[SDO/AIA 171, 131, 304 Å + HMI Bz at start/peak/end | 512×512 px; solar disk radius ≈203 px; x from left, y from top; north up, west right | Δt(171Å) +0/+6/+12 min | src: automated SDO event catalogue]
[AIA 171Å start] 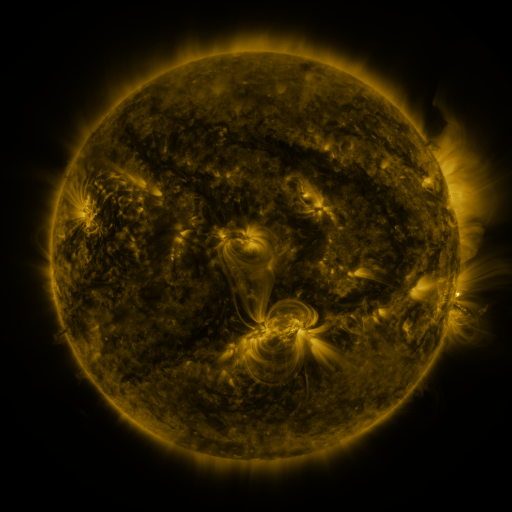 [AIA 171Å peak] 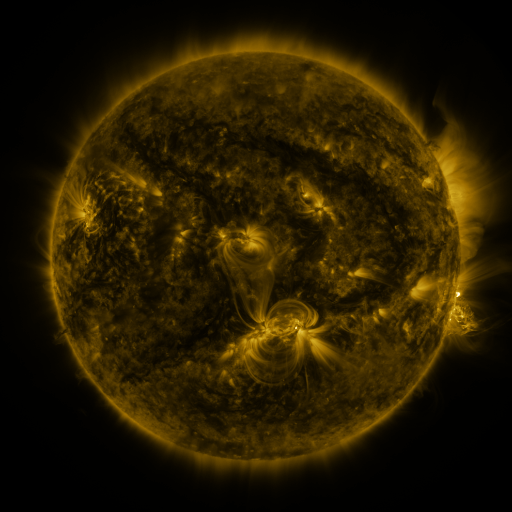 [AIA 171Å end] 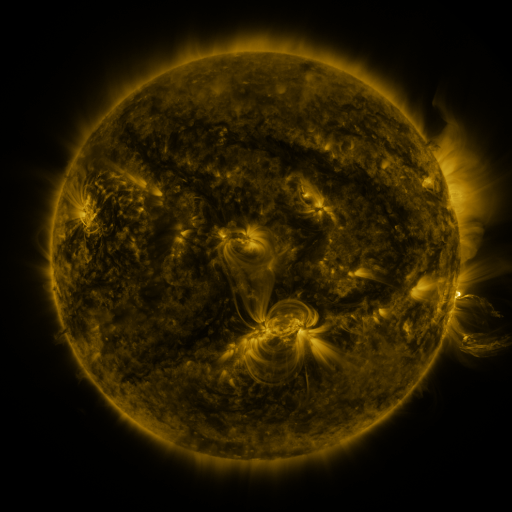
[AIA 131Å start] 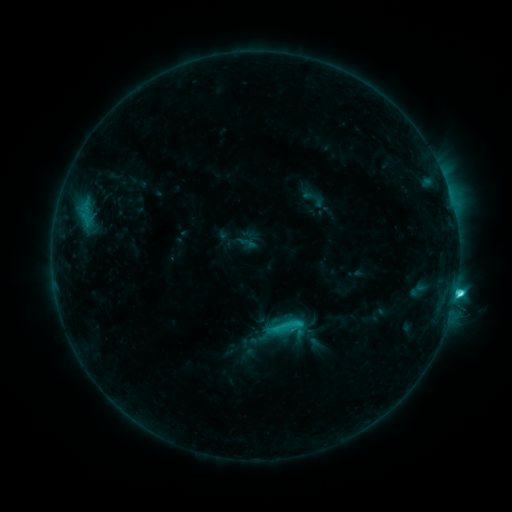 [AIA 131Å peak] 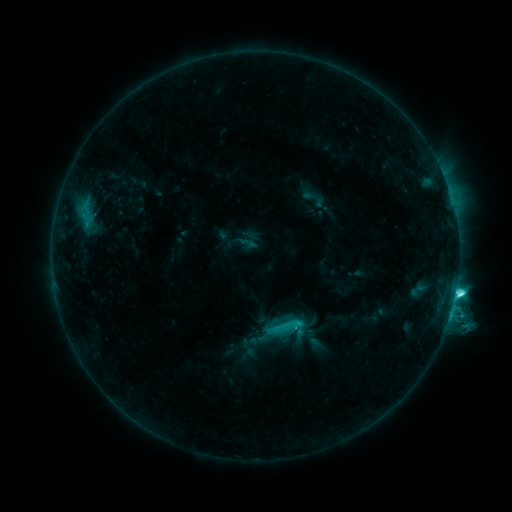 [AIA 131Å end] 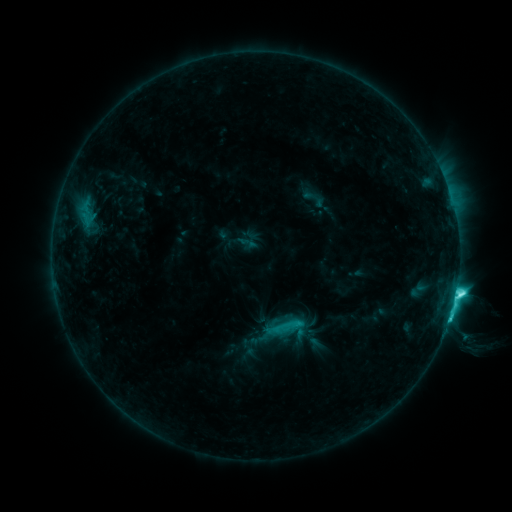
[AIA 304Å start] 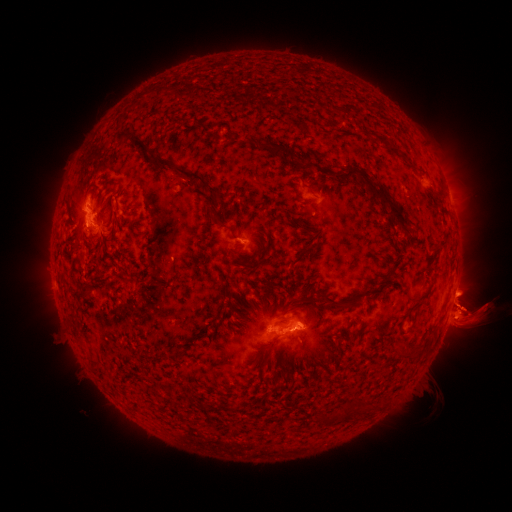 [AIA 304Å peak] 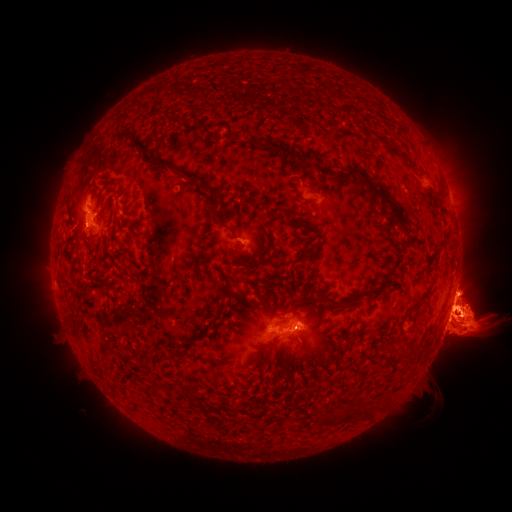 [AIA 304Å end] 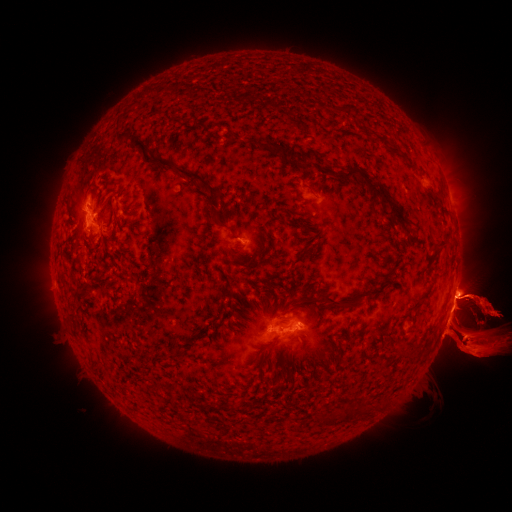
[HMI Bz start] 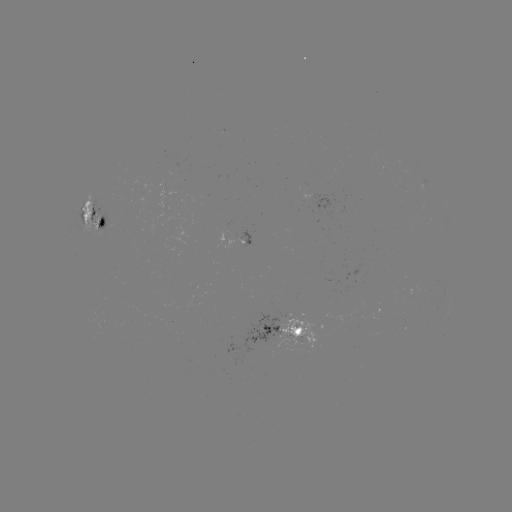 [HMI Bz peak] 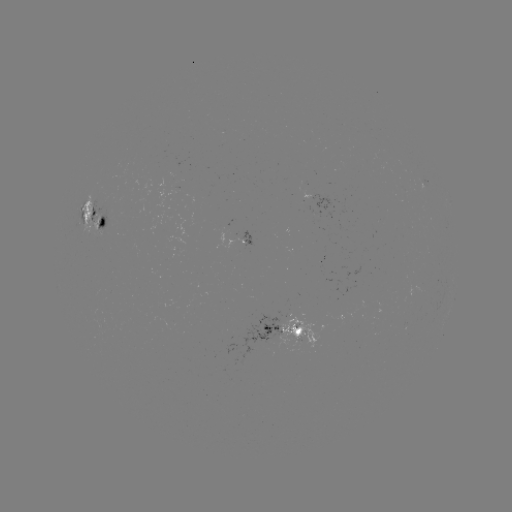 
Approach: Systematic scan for eruption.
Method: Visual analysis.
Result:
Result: eruption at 65,316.